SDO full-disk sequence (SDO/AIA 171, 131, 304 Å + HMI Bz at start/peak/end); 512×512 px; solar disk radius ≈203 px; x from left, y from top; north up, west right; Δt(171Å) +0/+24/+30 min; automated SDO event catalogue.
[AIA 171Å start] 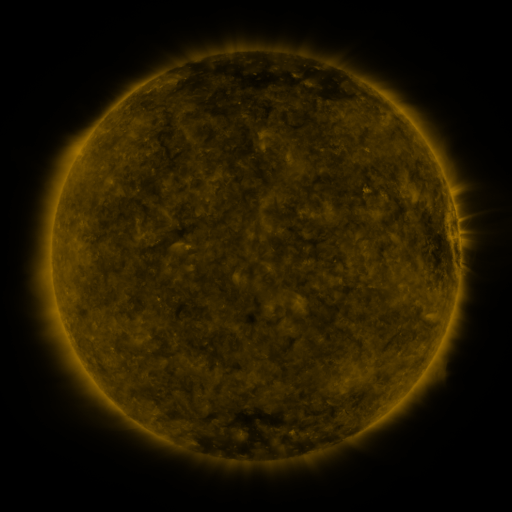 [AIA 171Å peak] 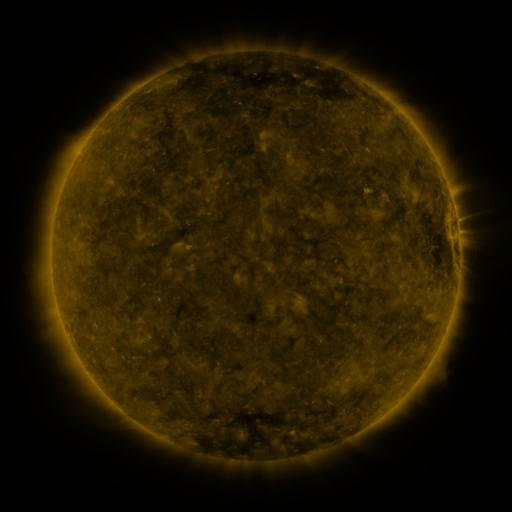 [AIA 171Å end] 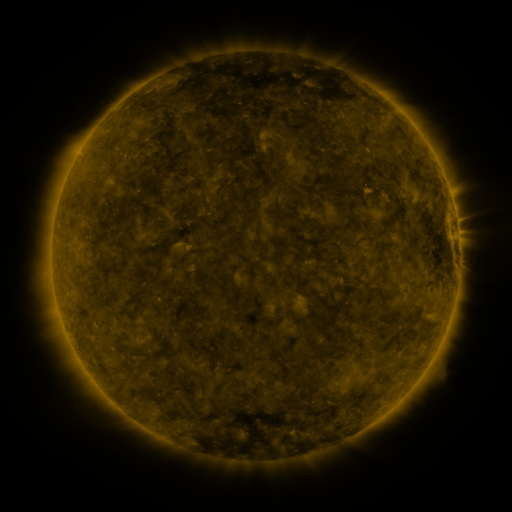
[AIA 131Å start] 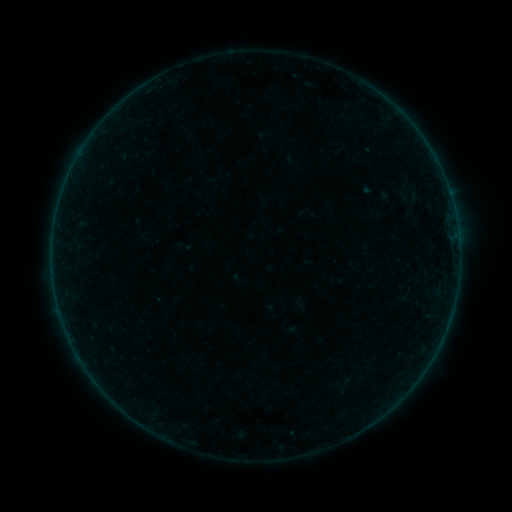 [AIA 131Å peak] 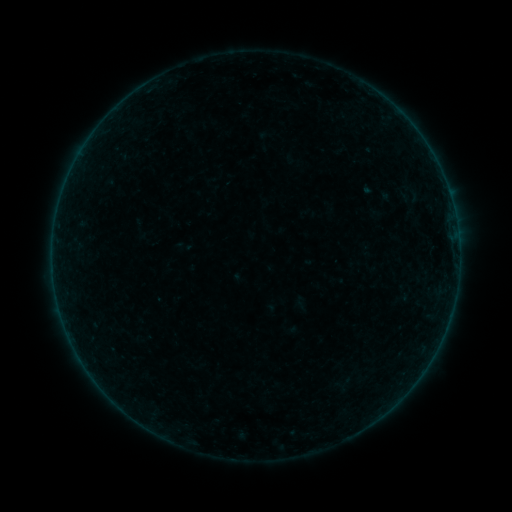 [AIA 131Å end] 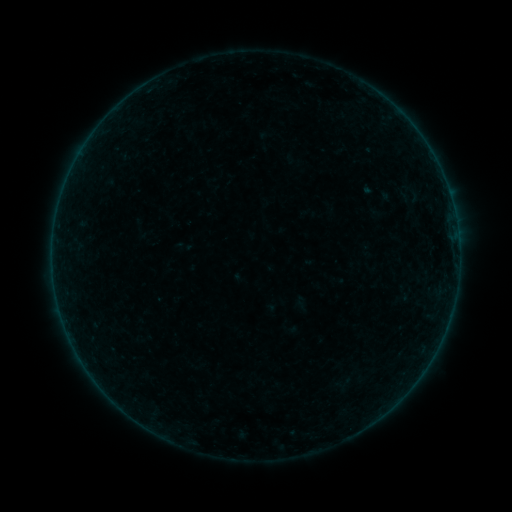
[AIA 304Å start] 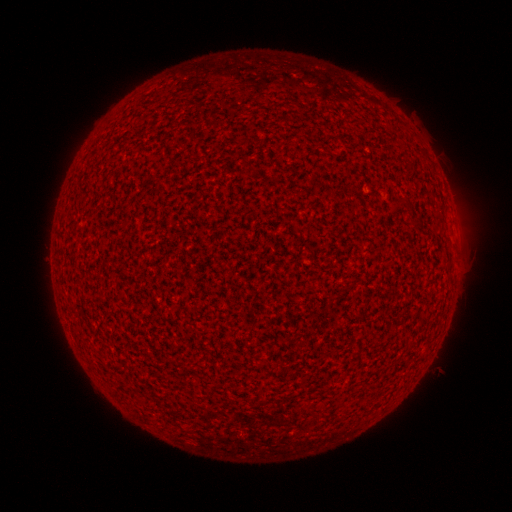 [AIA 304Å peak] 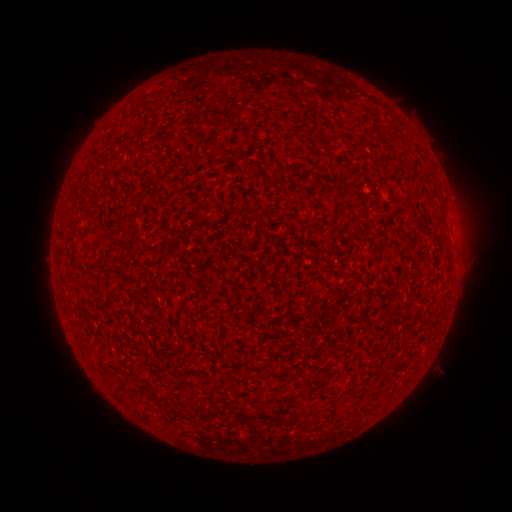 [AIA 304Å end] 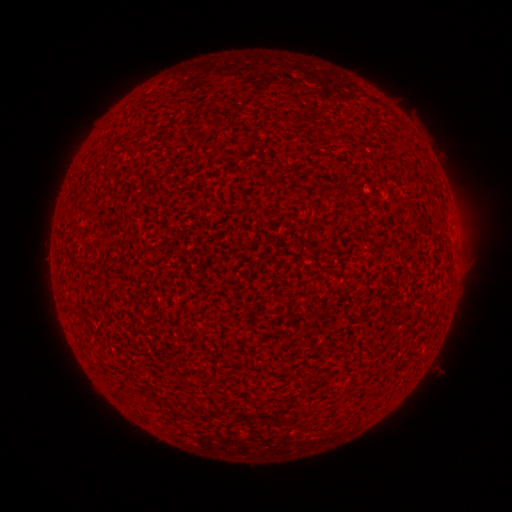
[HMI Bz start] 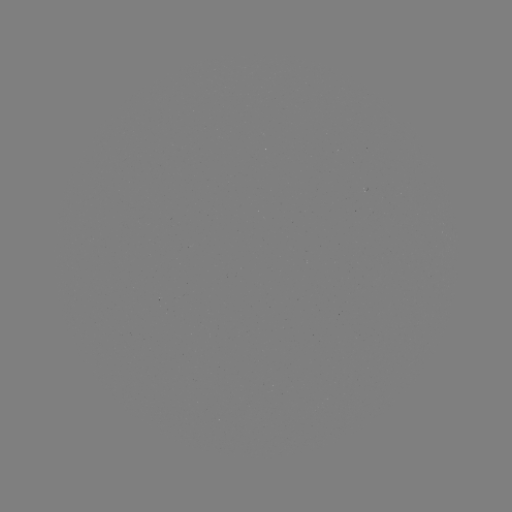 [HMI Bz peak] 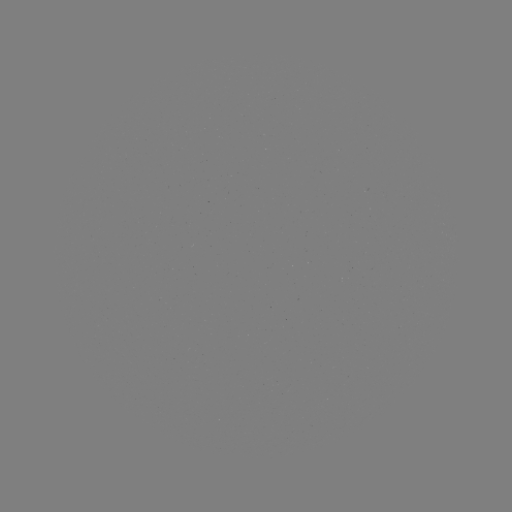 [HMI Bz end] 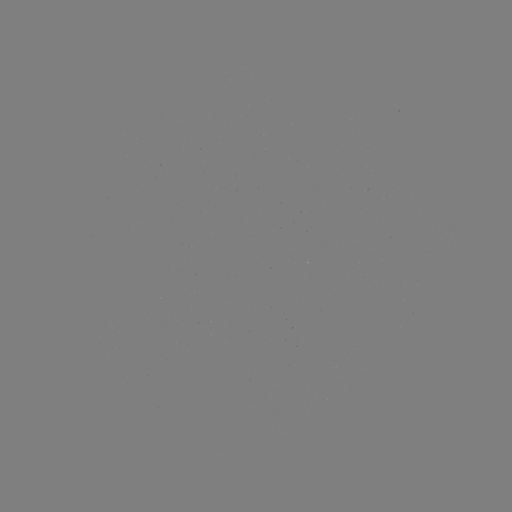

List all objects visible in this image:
A8.2 flare: (363, 192)
